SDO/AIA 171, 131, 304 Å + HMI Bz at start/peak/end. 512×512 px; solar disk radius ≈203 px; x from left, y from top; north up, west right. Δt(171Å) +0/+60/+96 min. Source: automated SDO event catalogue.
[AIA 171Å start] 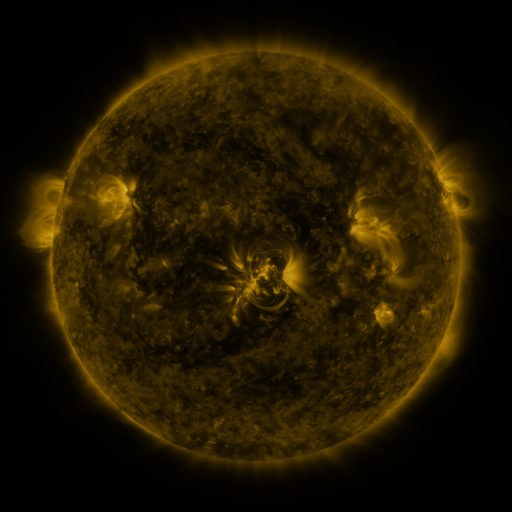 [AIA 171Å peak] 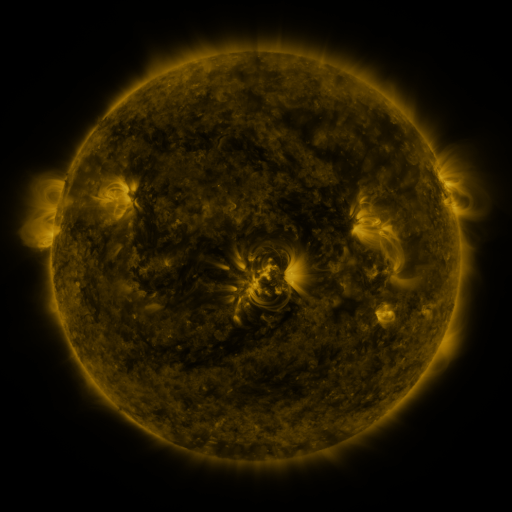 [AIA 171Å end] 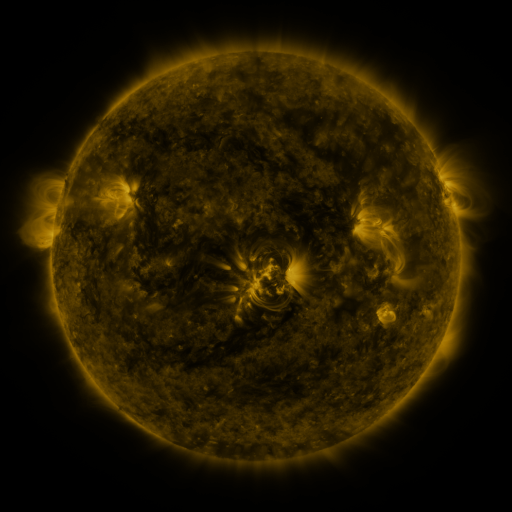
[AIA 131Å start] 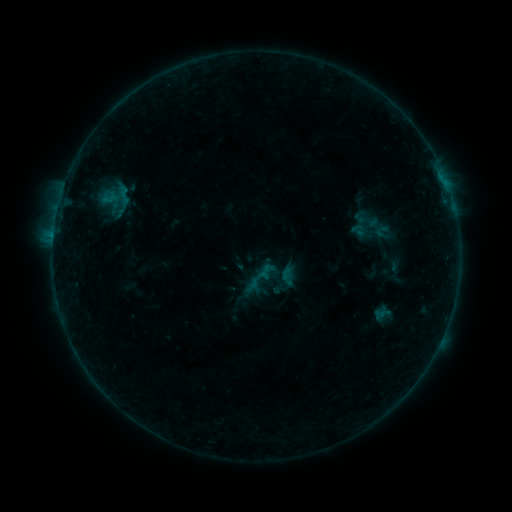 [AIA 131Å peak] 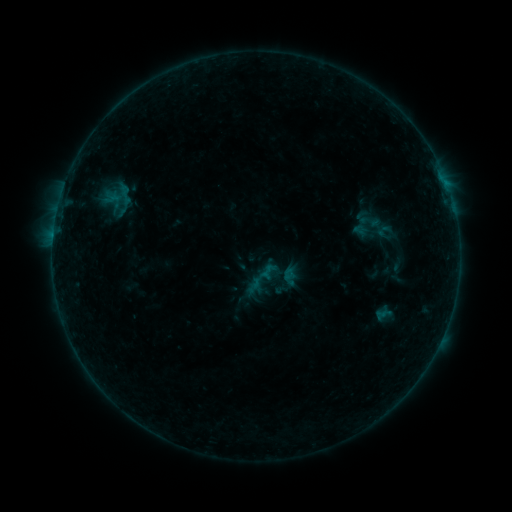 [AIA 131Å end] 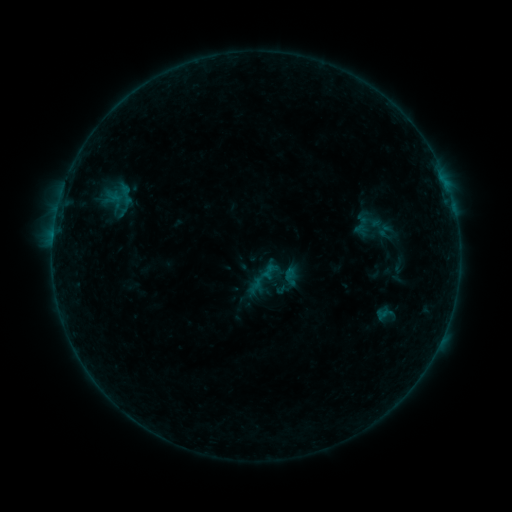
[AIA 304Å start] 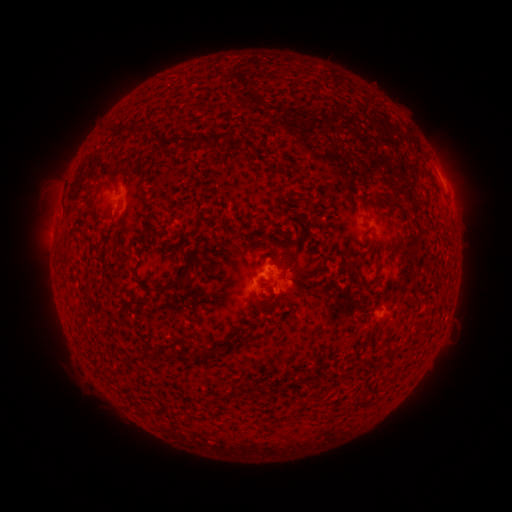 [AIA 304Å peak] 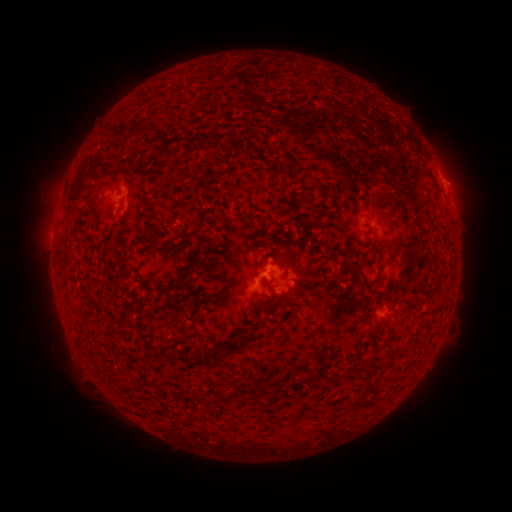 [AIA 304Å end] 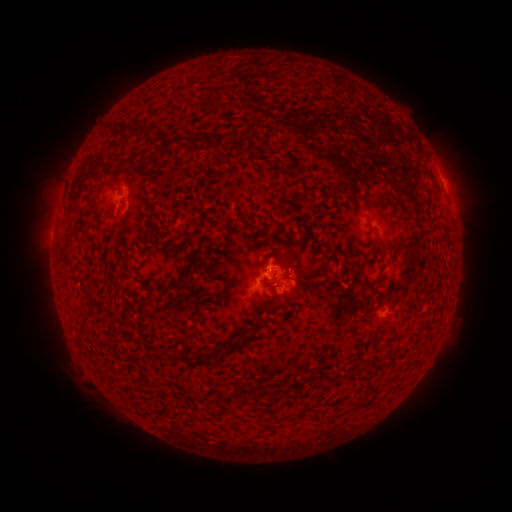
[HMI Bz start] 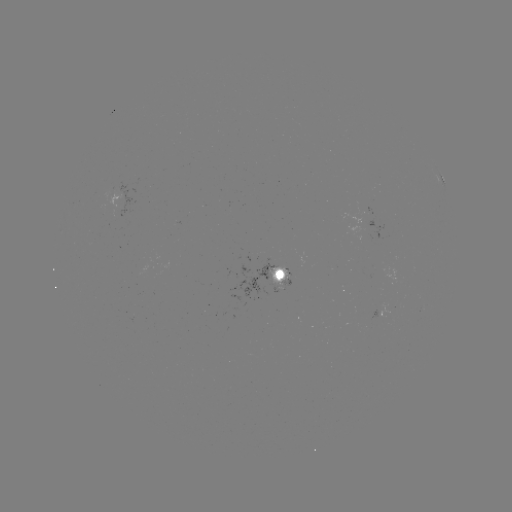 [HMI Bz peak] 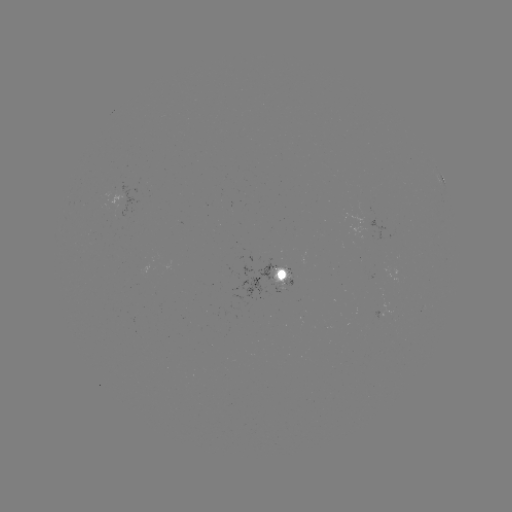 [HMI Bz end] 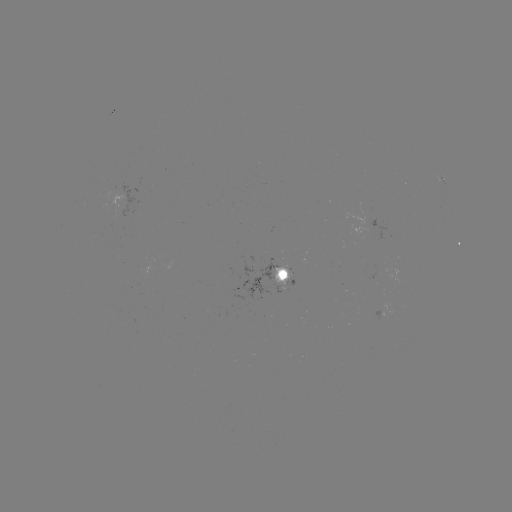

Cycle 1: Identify emerging-flux region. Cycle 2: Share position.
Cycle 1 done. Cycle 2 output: [365, 208].